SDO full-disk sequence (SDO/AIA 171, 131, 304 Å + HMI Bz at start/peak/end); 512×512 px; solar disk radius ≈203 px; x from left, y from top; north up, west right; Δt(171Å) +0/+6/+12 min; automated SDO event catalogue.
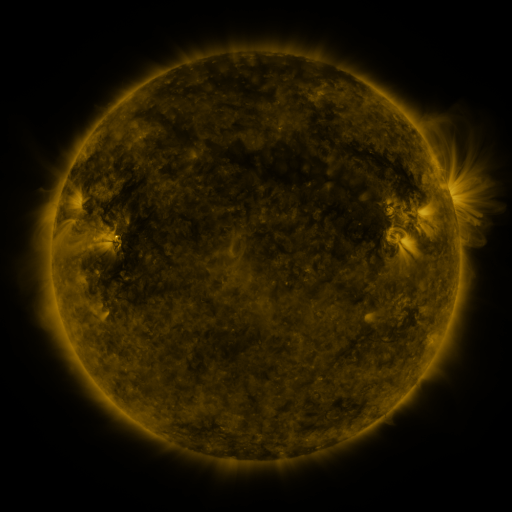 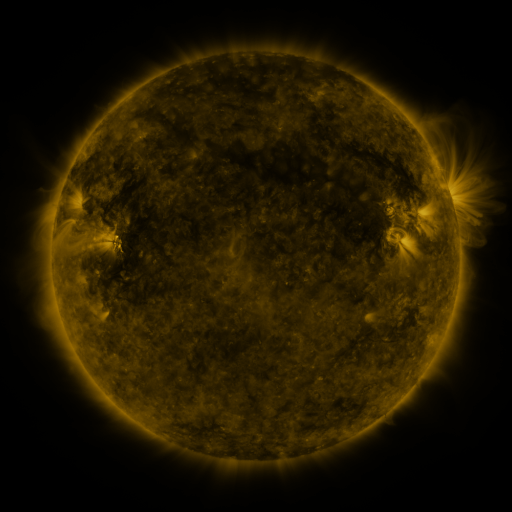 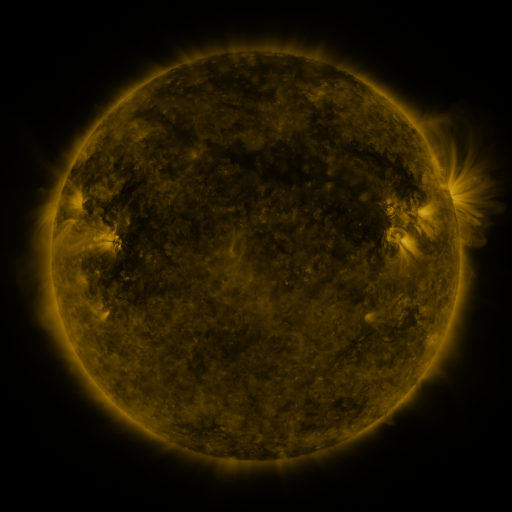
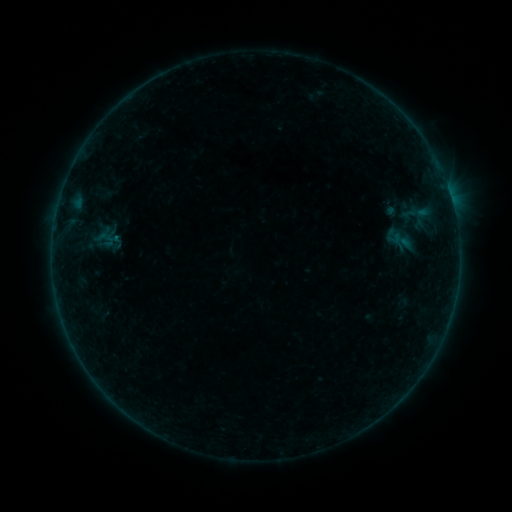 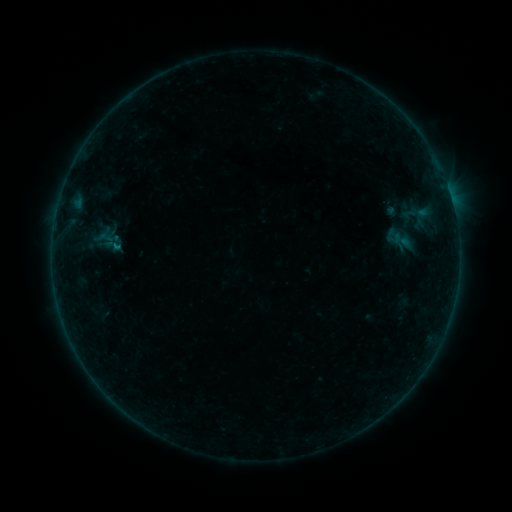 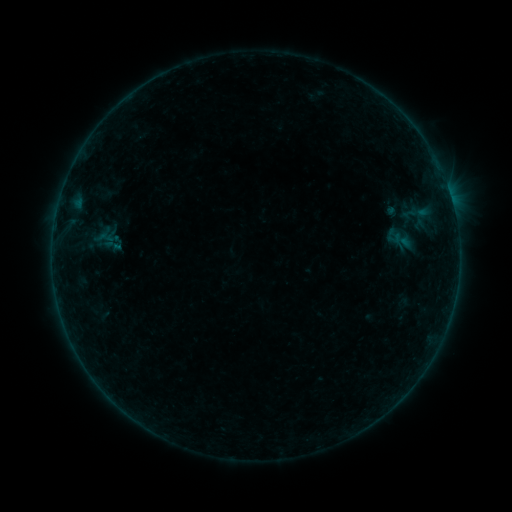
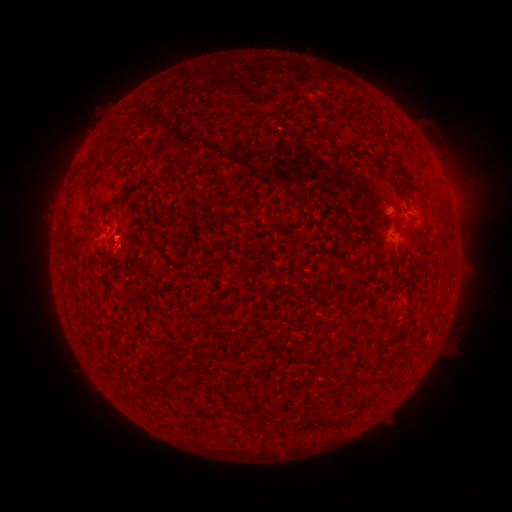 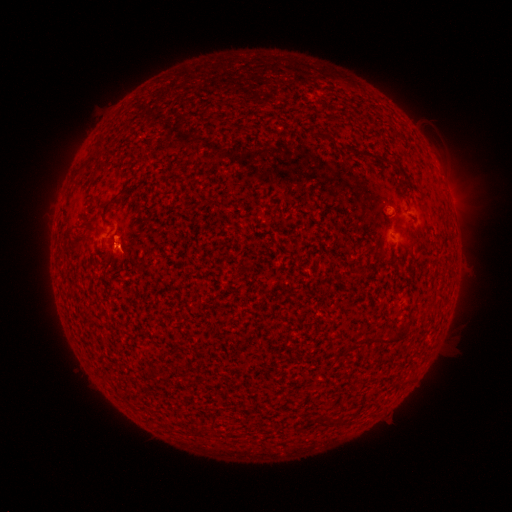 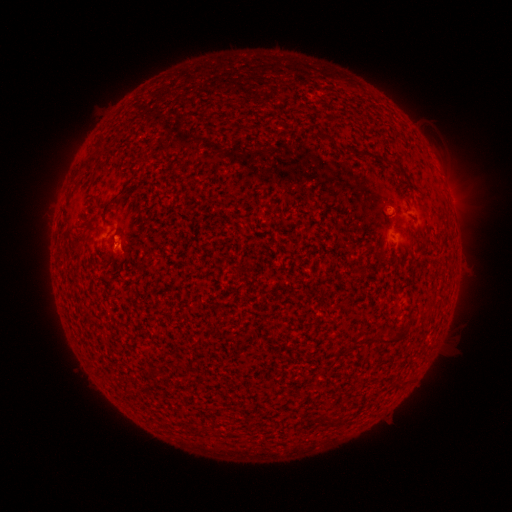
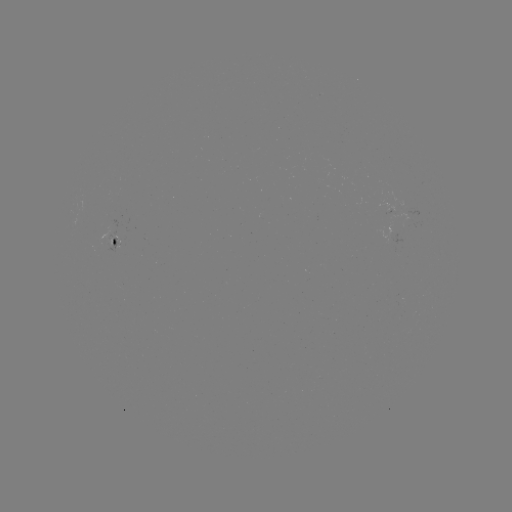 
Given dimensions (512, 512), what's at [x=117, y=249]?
B1.7 flare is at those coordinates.